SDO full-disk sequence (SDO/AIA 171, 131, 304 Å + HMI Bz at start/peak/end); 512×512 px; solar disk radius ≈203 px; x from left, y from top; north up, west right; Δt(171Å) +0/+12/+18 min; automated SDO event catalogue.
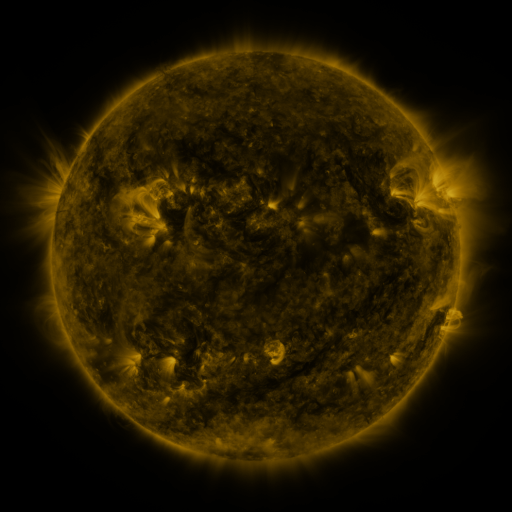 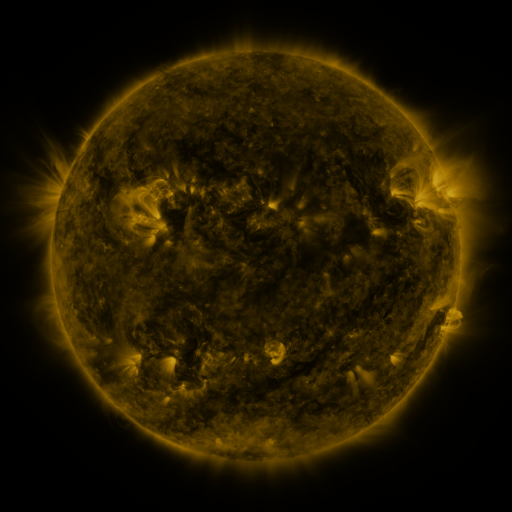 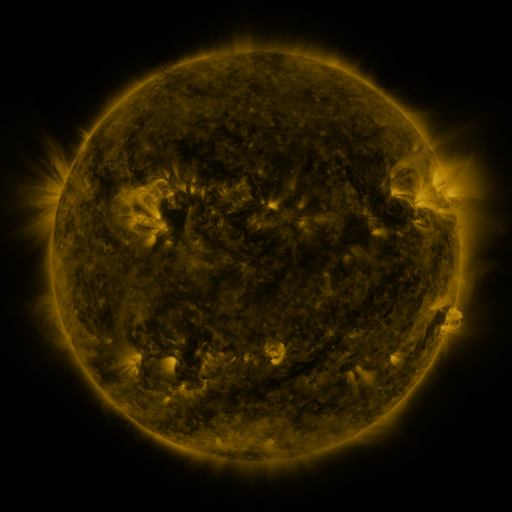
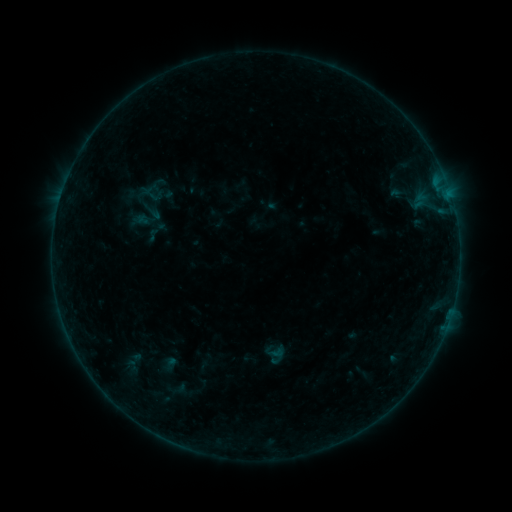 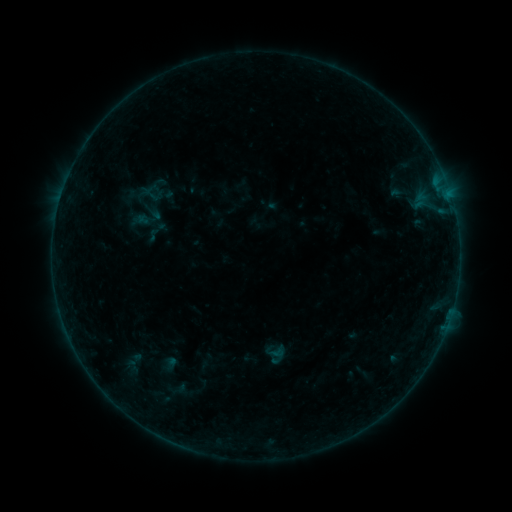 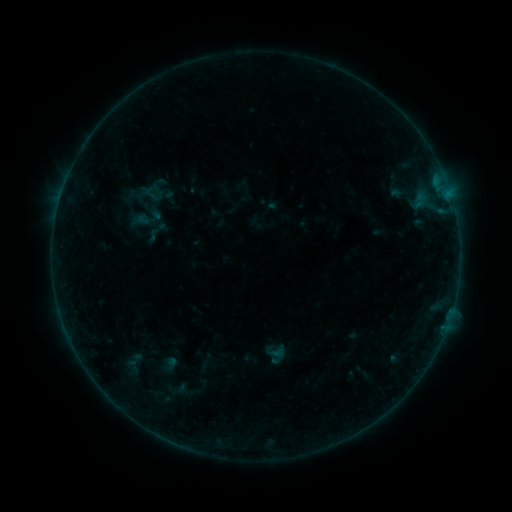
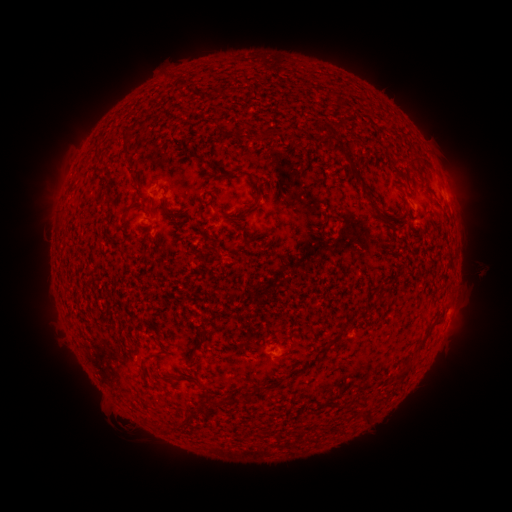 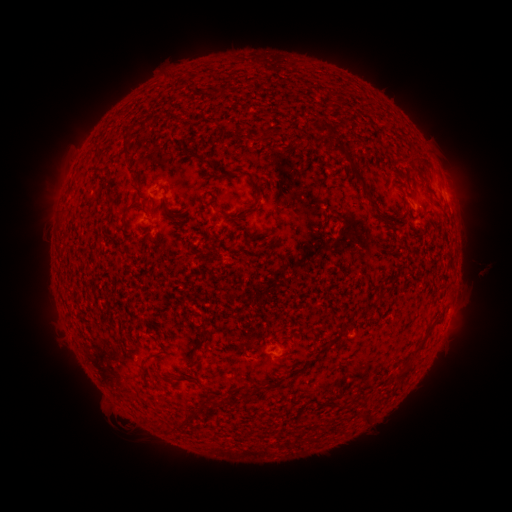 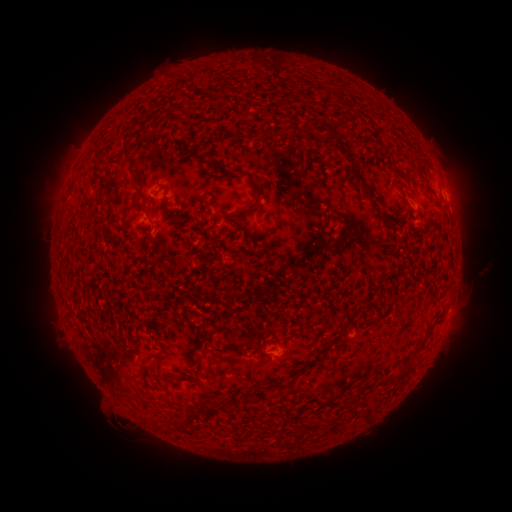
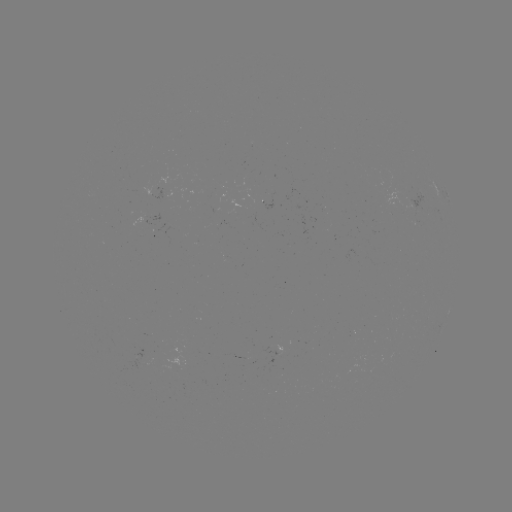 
no classed flare was catalogued and no EUV brightening was flagged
